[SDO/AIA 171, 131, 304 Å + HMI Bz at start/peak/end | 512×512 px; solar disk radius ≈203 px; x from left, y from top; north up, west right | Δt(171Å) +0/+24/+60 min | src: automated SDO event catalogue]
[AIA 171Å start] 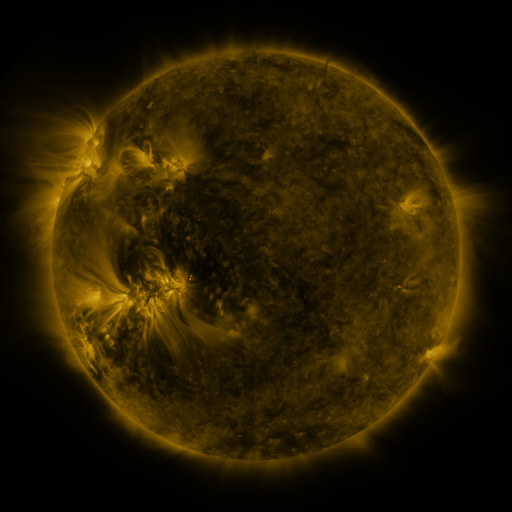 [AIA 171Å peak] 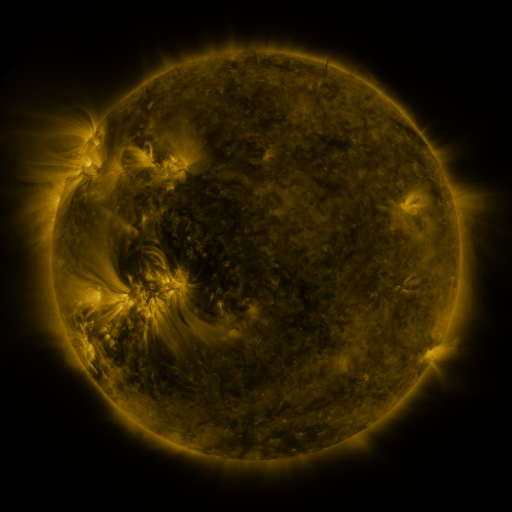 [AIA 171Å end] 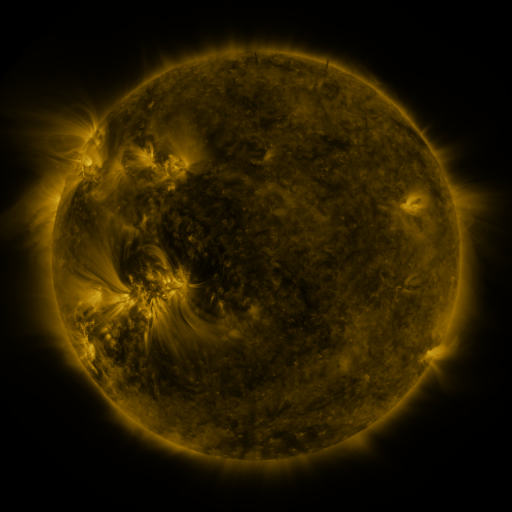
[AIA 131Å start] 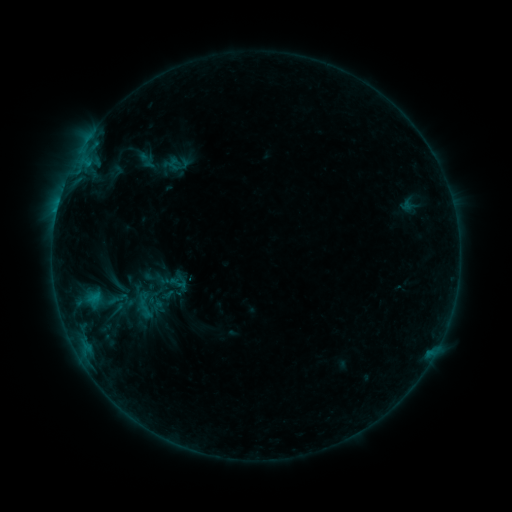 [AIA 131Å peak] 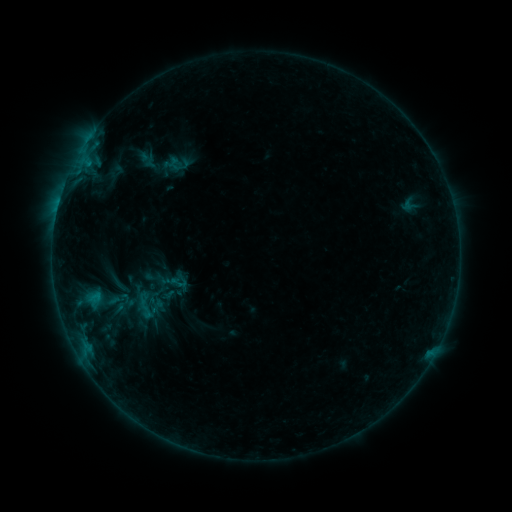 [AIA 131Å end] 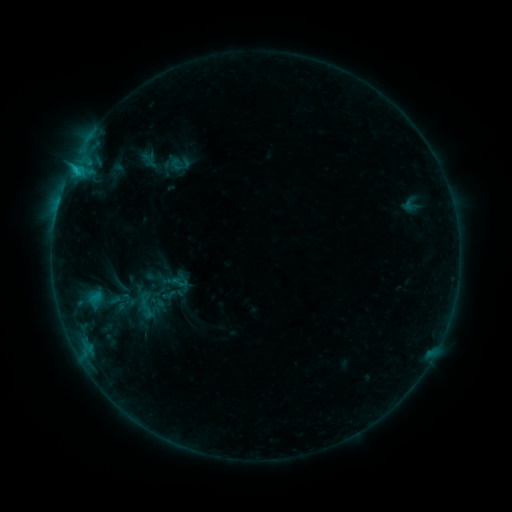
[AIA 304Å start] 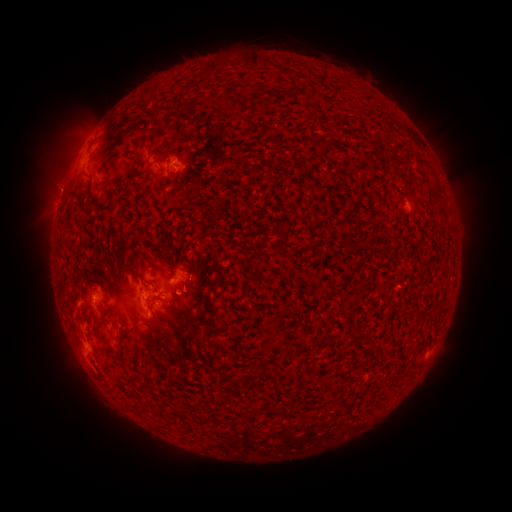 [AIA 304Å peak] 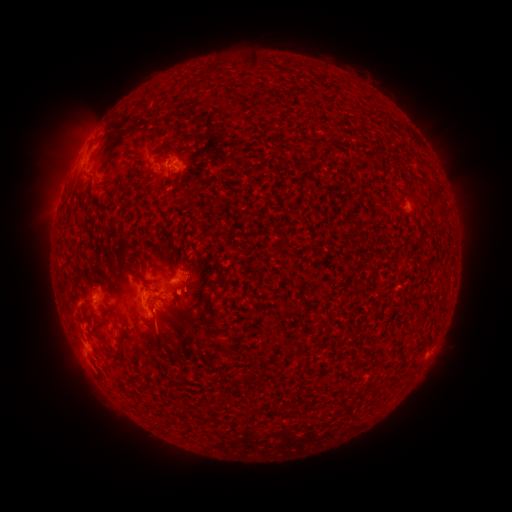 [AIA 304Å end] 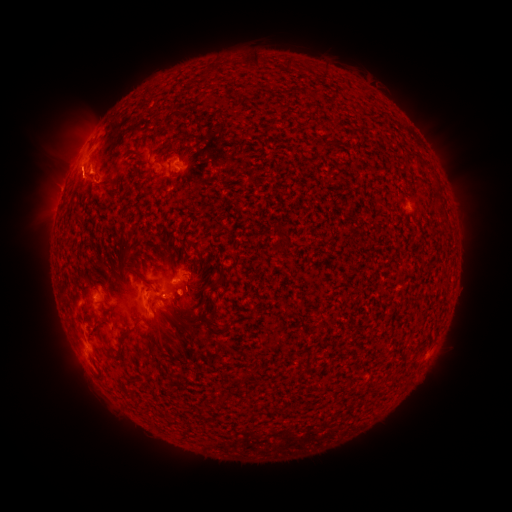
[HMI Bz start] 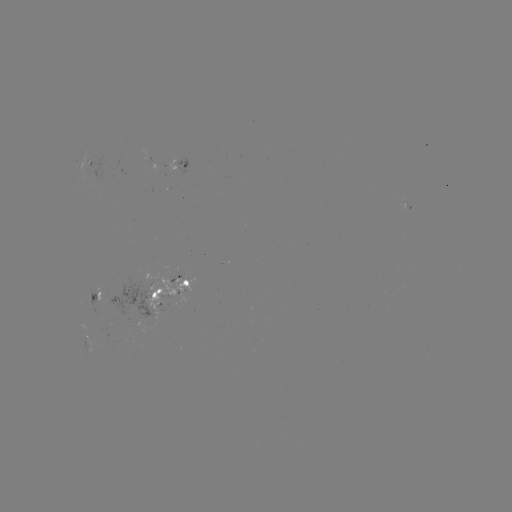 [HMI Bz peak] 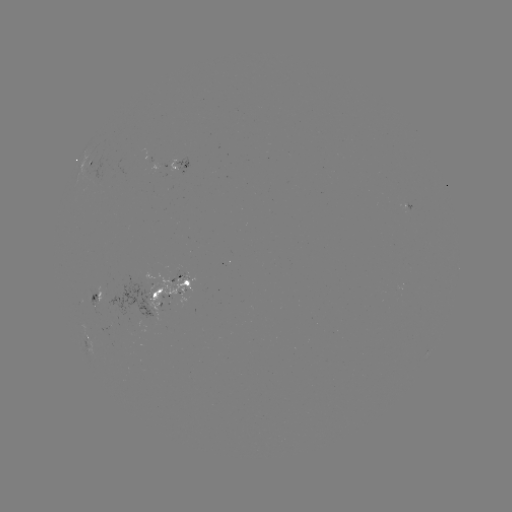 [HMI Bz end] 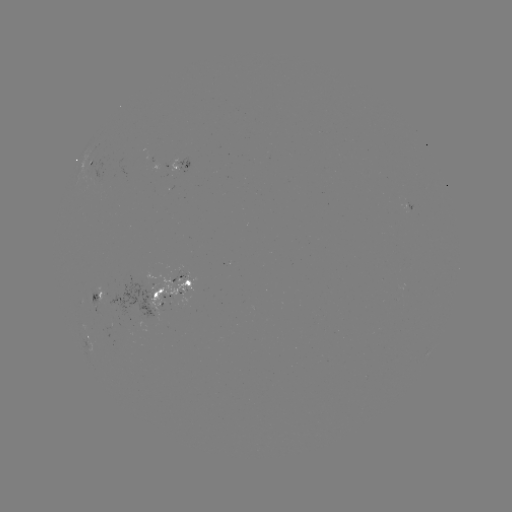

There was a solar emerging-flux region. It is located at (94, 302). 